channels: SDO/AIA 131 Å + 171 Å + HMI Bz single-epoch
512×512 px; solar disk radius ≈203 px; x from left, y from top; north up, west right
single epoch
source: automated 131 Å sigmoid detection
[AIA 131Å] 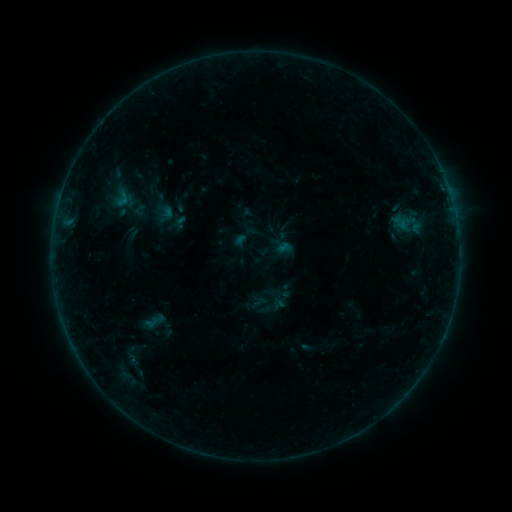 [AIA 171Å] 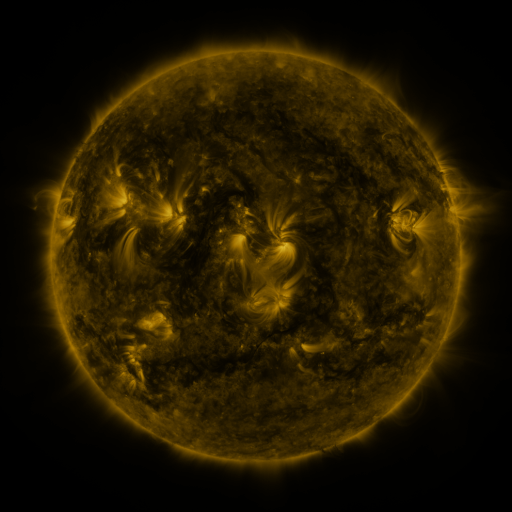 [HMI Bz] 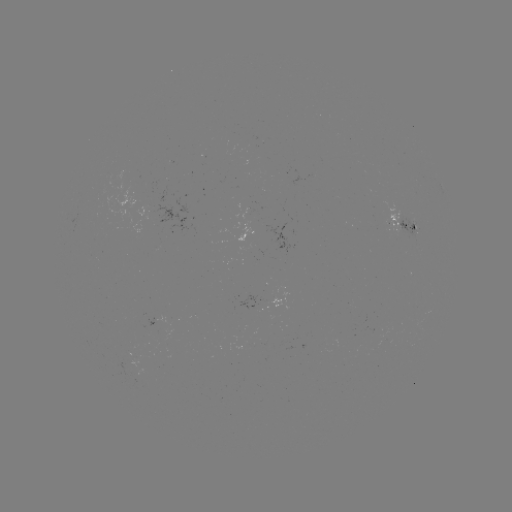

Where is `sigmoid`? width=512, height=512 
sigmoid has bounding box [110, 186, 132, 208].